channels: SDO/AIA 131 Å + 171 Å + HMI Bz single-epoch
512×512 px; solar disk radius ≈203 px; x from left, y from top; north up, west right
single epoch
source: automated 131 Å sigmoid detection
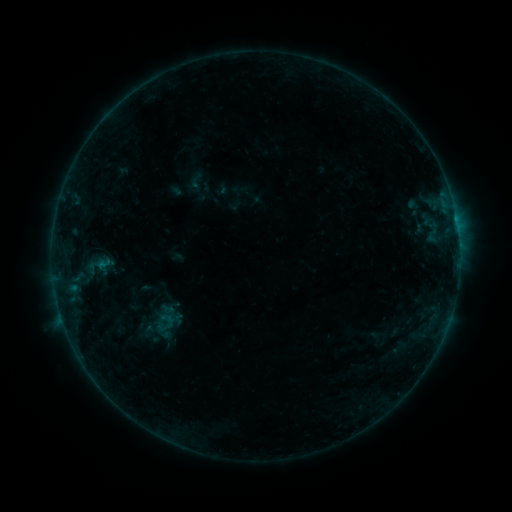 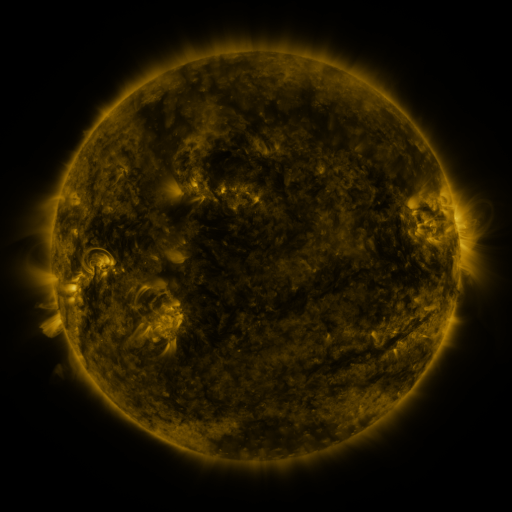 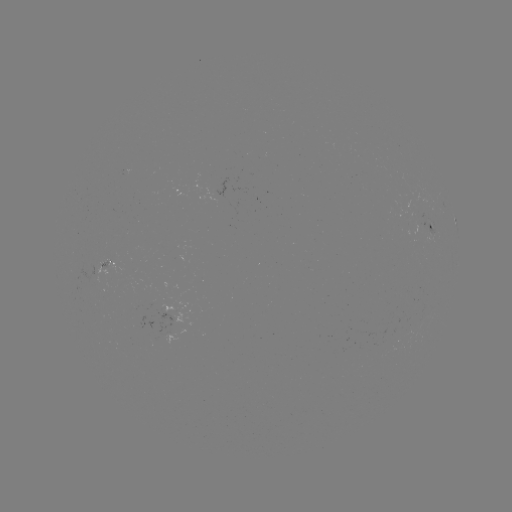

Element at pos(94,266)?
sigmoid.